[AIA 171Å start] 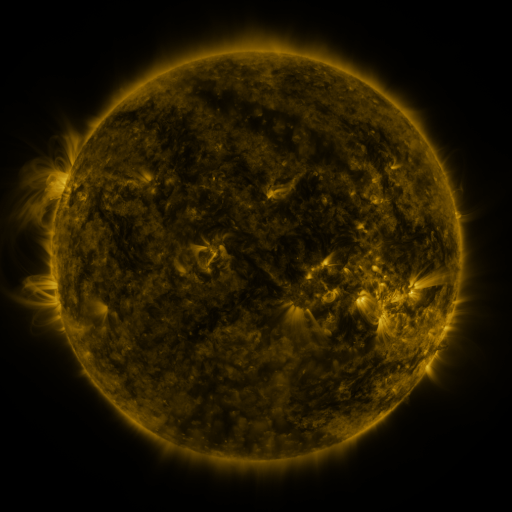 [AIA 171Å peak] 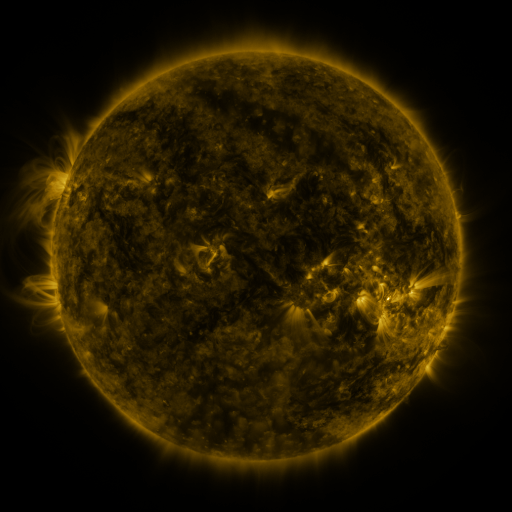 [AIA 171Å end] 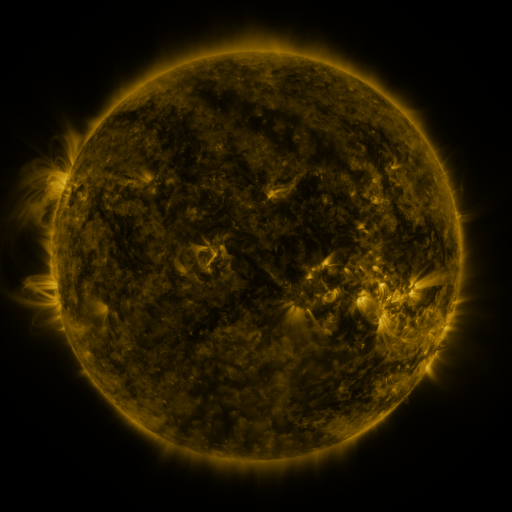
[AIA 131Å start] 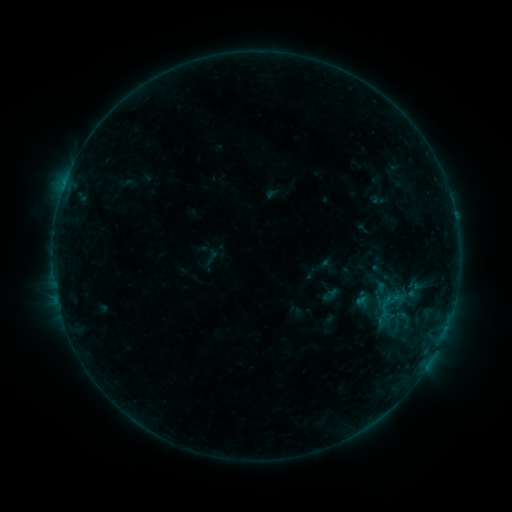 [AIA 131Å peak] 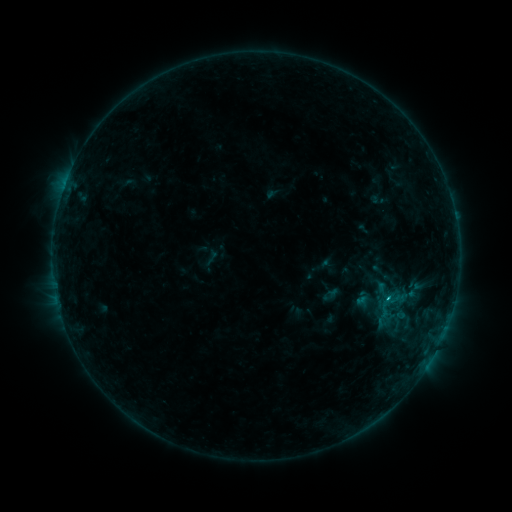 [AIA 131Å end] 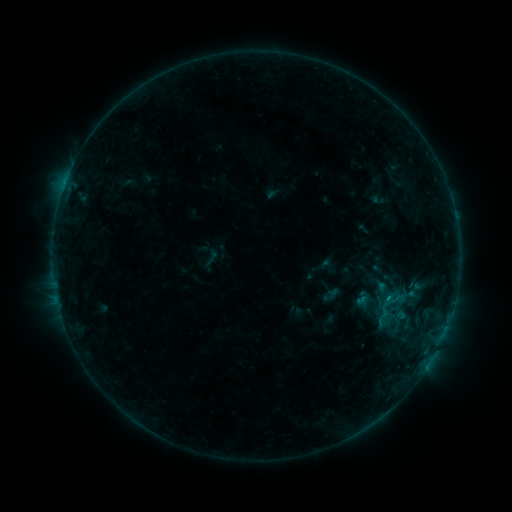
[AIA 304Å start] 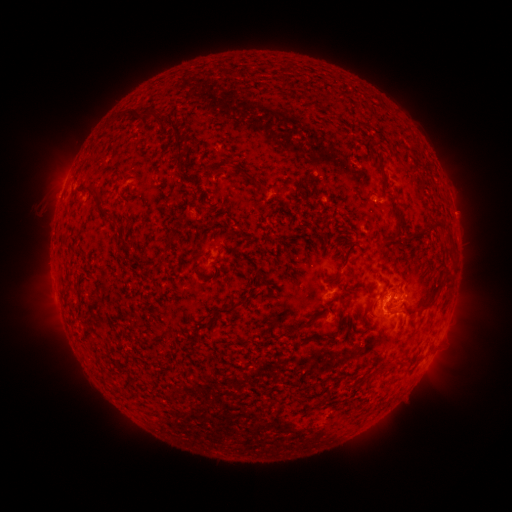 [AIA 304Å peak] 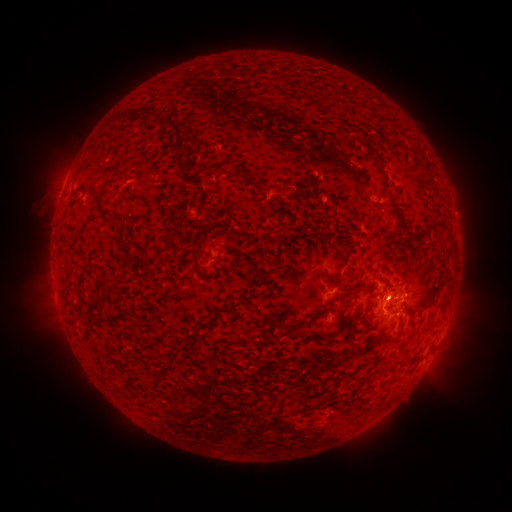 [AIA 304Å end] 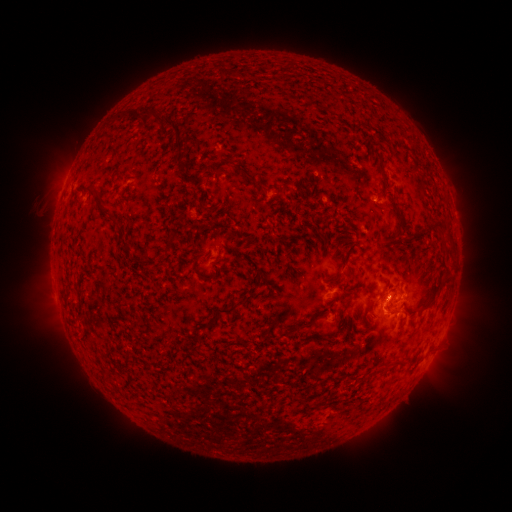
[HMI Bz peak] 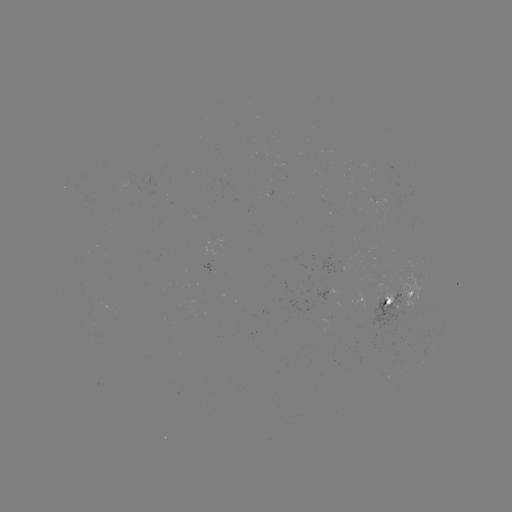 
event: flare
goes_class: B8.7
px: (386, 297)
